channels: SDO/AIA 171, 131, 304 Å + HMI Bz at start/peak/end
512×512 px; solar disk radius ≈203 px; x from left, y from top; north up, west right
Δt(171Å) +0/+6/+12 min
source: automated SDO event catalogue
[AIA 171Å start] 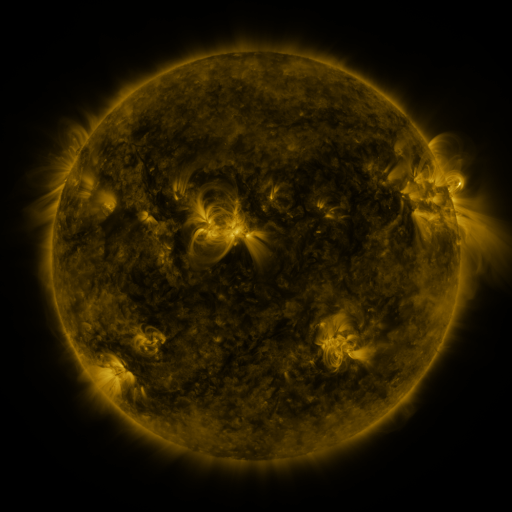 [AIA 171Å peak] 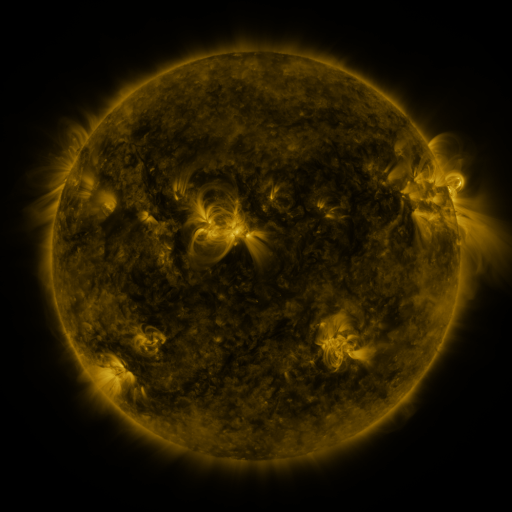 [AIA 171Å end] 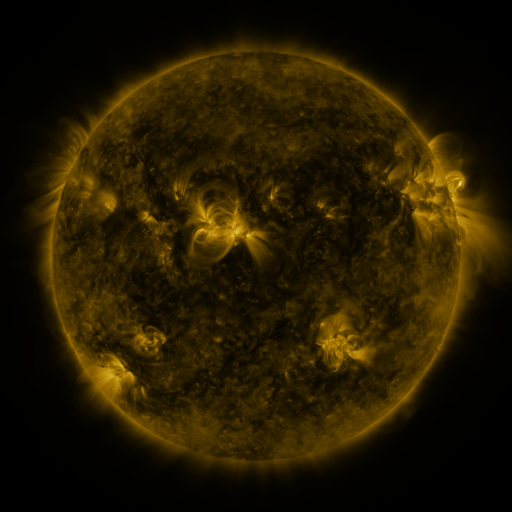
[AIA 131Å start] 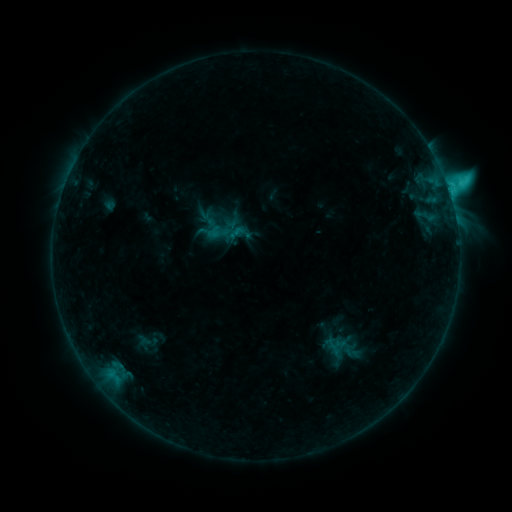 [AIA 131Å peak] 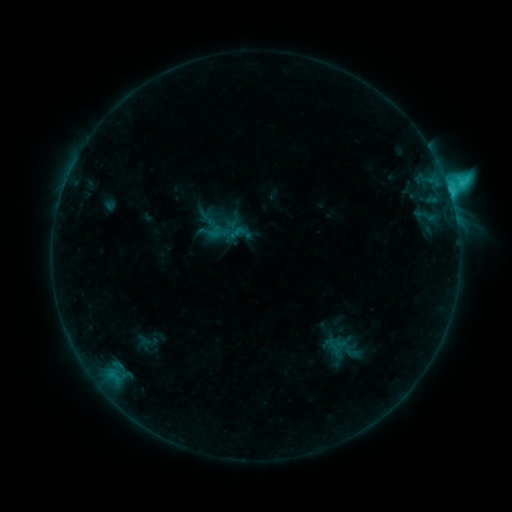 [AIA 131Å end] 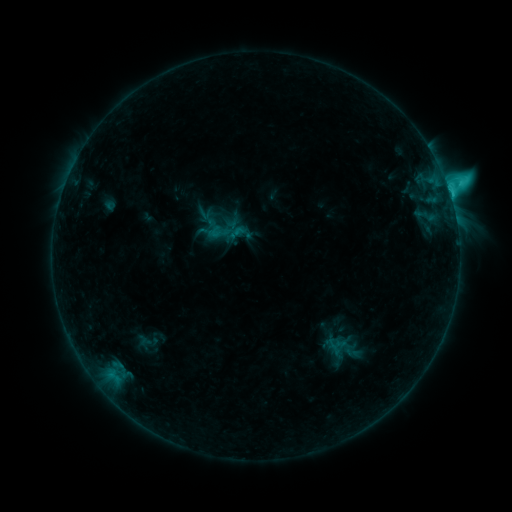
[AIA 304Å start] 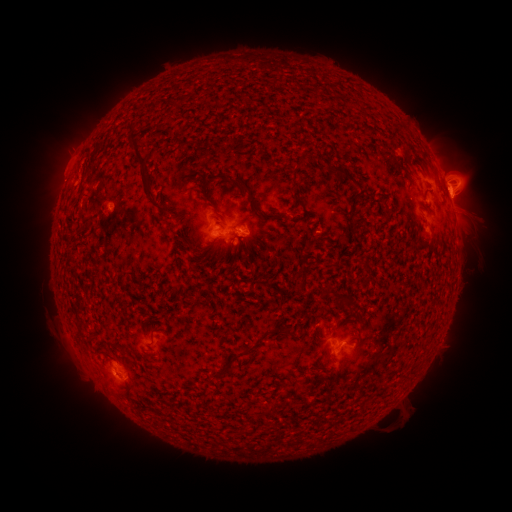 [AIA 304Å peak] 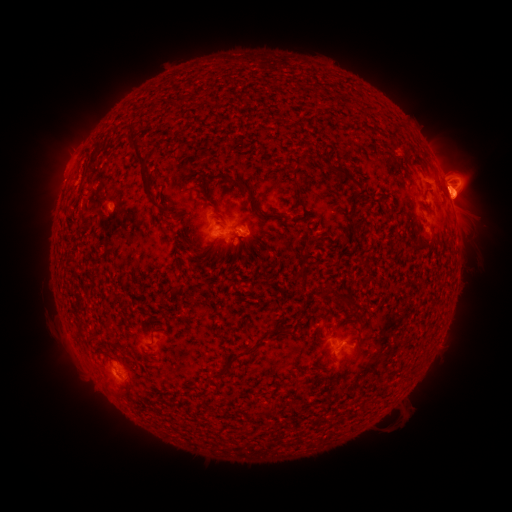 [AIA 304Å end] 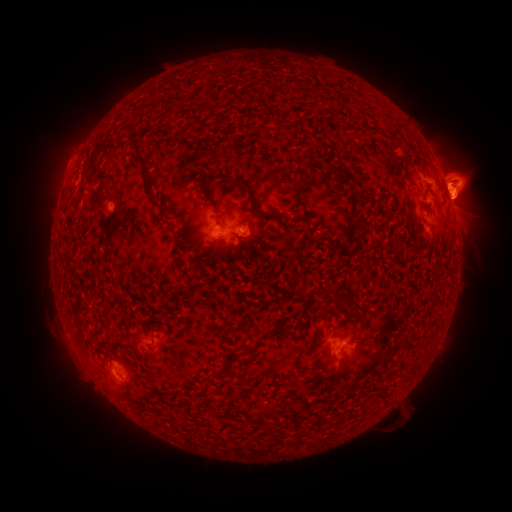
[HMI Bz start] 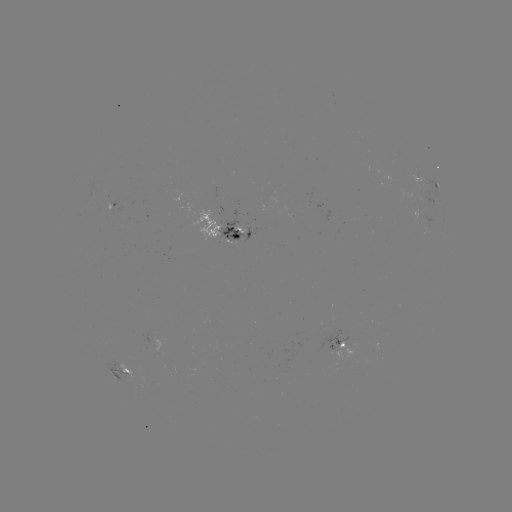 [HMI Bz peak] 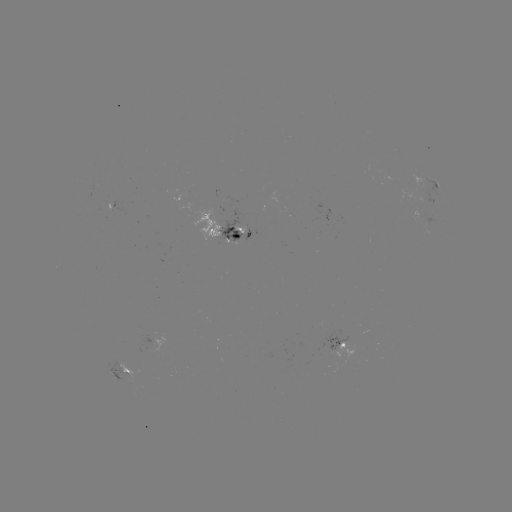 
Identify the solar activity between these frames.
eruption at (464, 202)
